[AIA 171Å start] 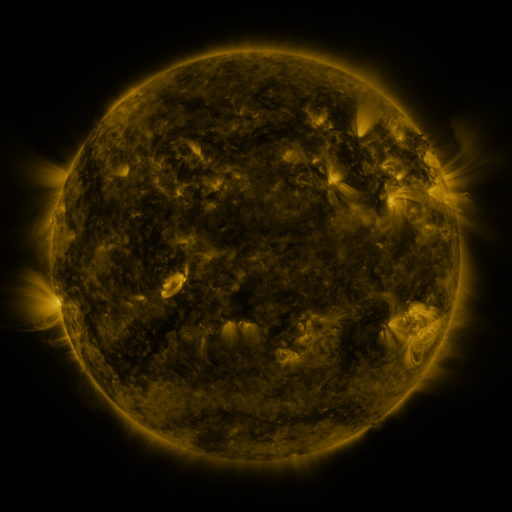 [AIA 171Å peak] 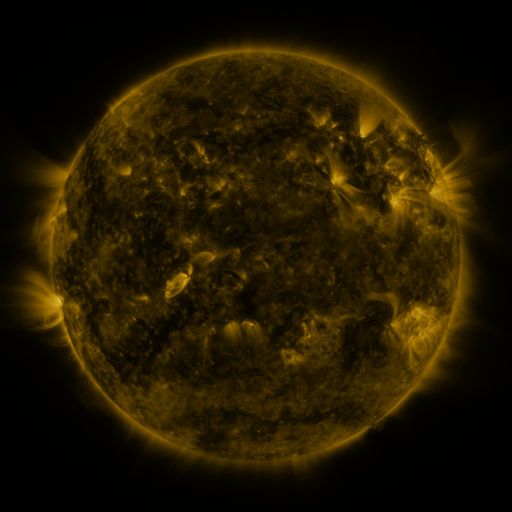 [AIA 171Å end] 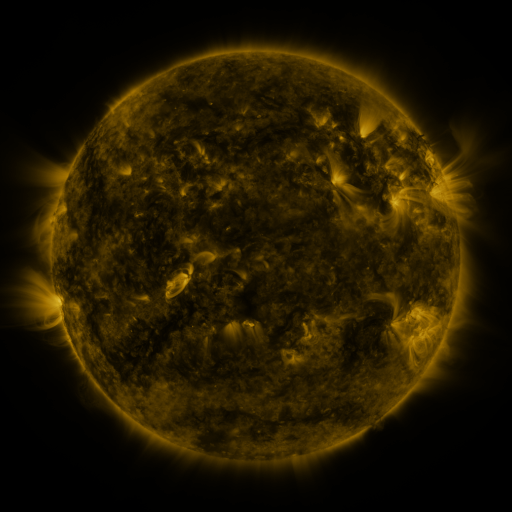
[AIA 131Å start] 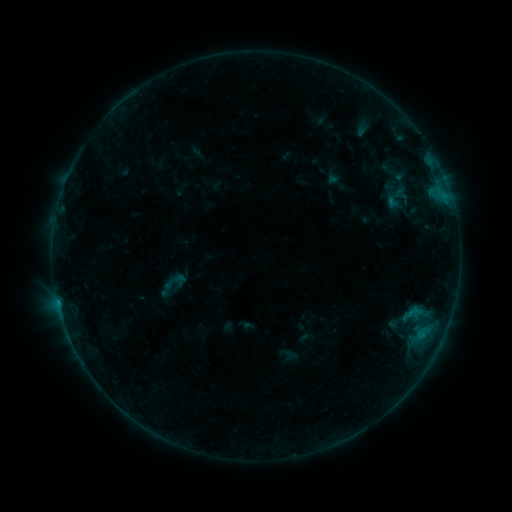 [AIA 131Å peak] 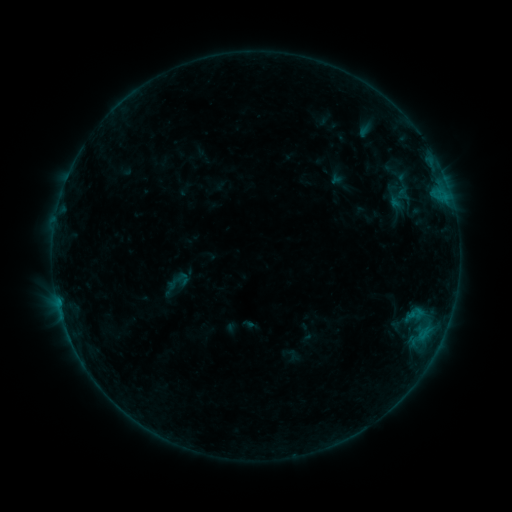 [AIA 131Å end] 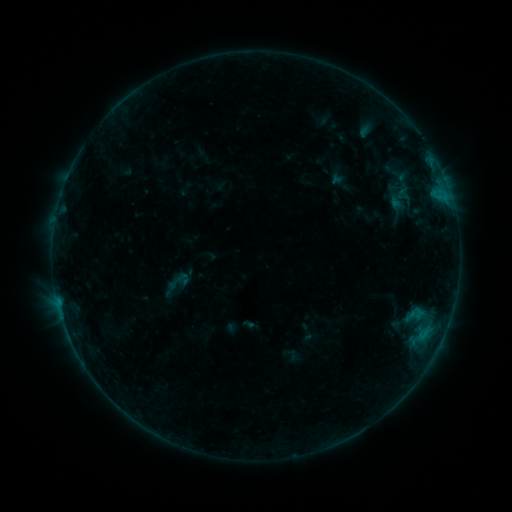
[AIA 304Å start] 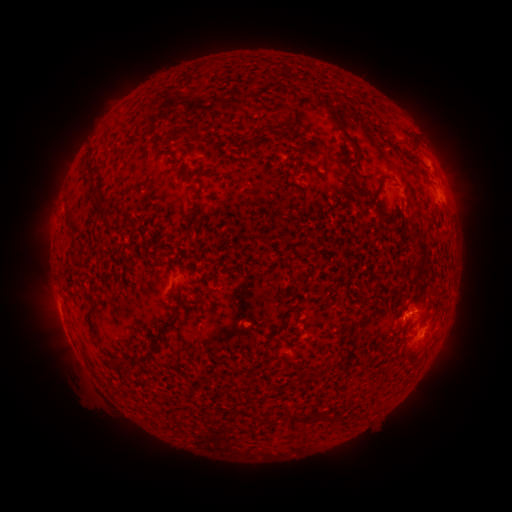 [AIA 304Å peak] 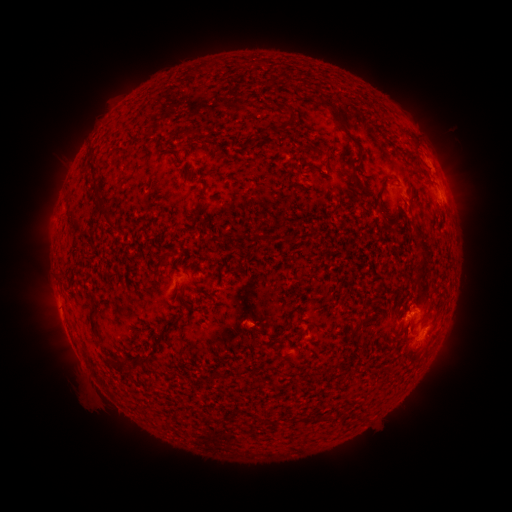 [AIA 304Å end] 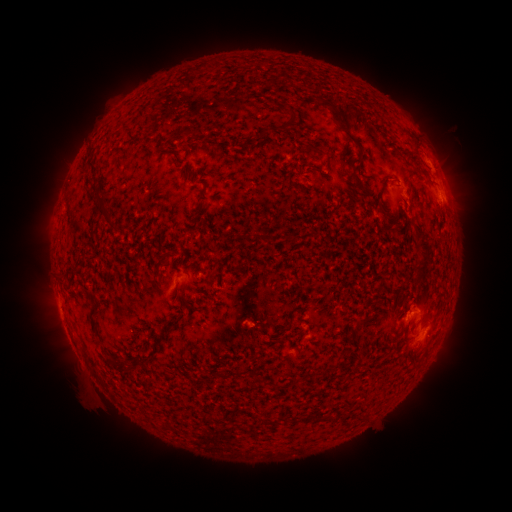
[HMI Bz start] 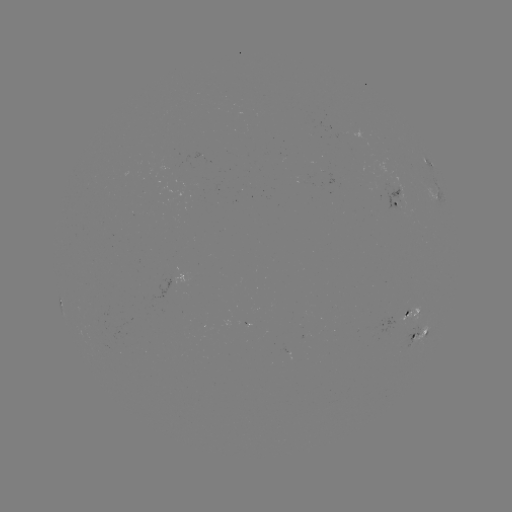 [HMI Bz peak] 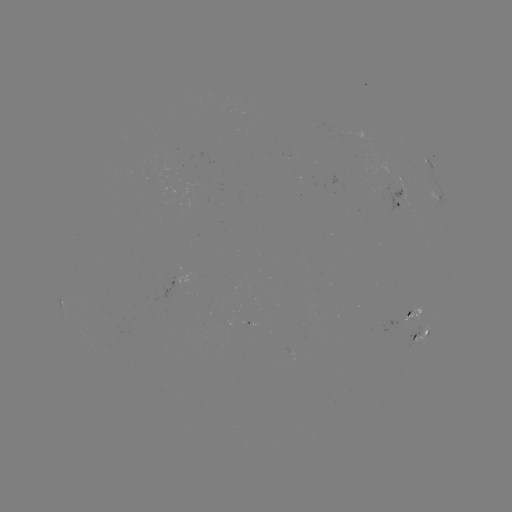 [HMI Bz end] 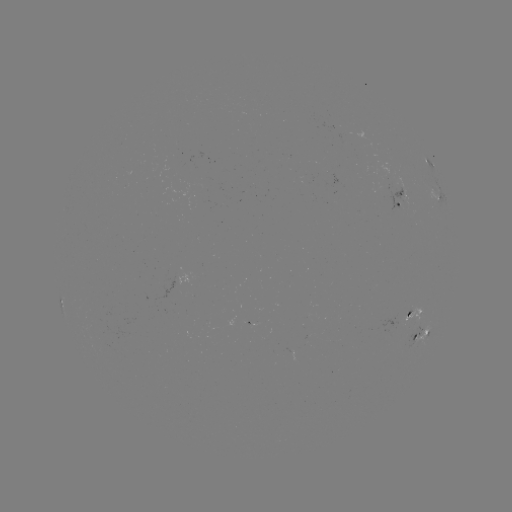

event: emerging-flux region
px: (407, 313)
